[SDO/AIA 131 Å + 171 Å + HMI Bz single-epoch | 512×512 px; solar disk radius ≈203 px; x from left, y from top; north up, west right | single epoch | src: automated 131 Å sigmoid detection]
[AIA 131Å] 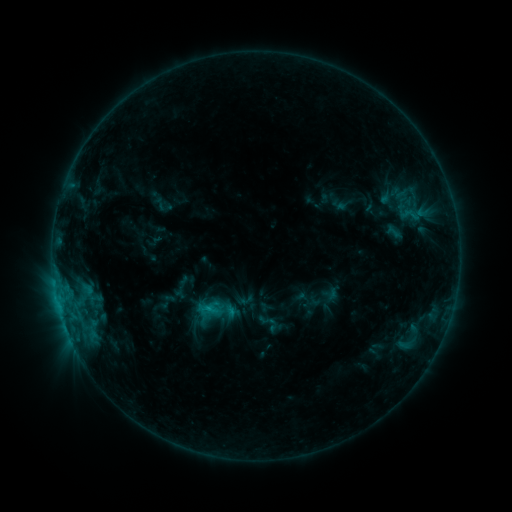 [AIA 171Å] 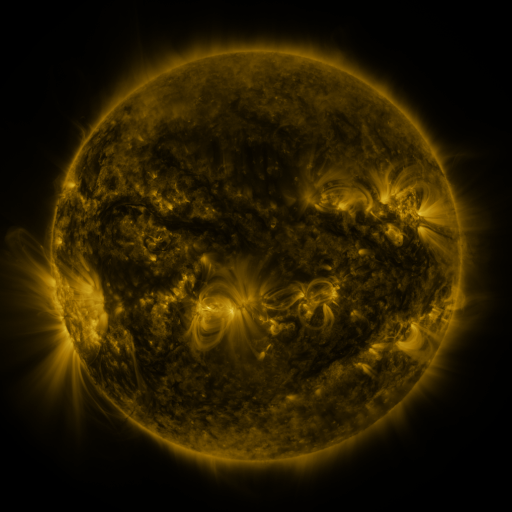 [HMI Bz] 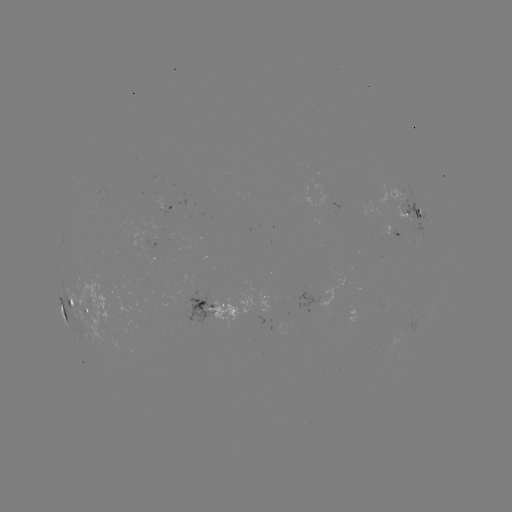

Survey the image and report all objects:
sigmoid: [383, 223, 404, 241]
sigmoid: [257, 311, 281, 335]
